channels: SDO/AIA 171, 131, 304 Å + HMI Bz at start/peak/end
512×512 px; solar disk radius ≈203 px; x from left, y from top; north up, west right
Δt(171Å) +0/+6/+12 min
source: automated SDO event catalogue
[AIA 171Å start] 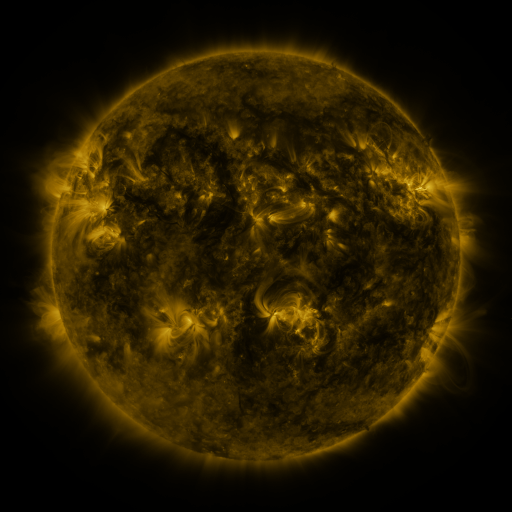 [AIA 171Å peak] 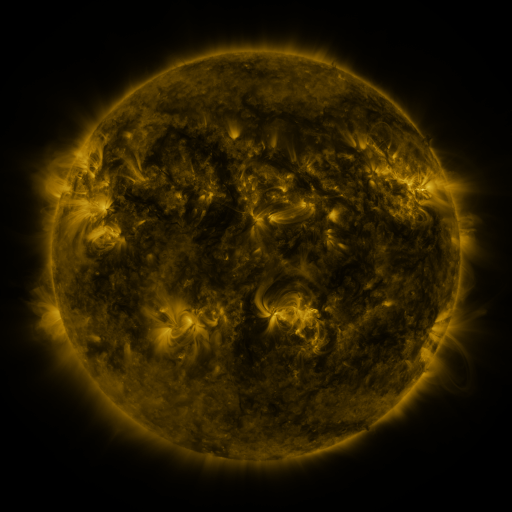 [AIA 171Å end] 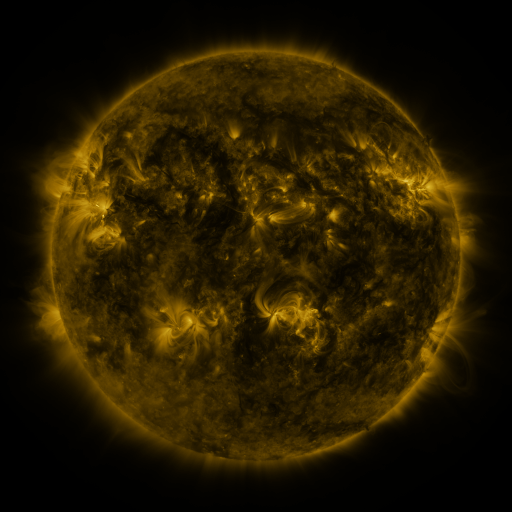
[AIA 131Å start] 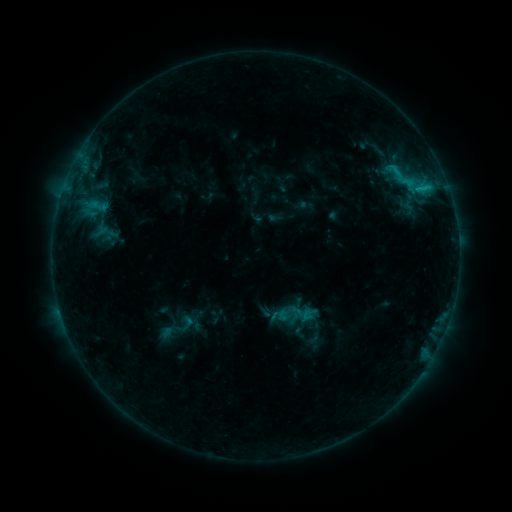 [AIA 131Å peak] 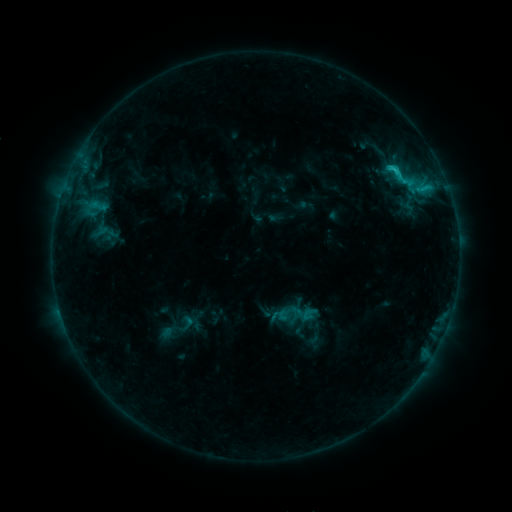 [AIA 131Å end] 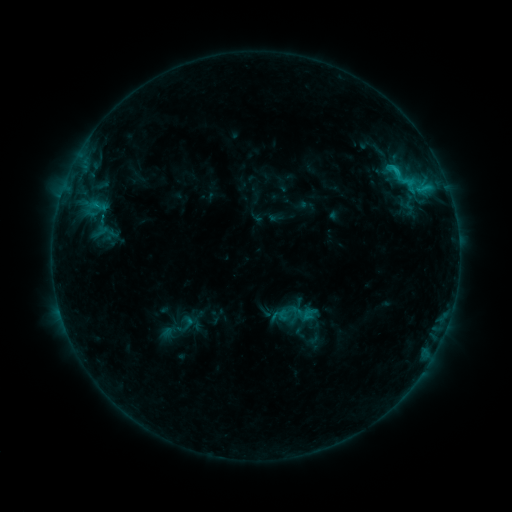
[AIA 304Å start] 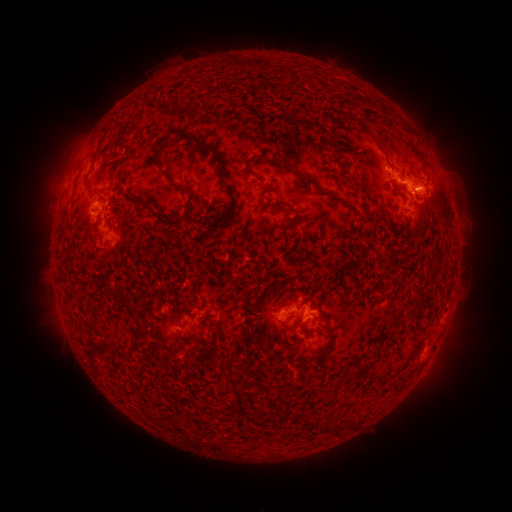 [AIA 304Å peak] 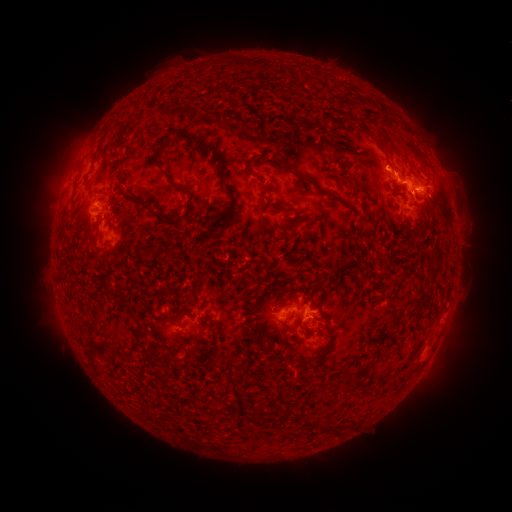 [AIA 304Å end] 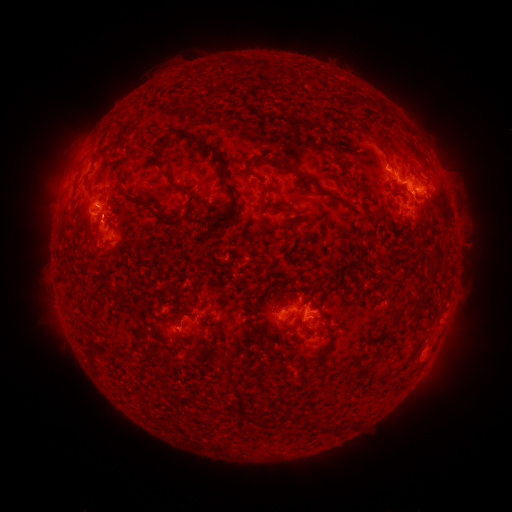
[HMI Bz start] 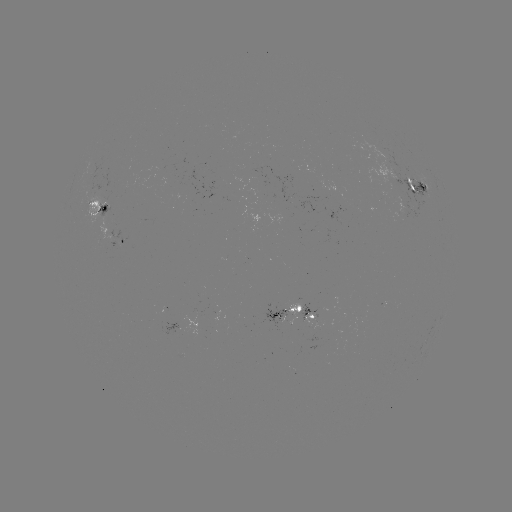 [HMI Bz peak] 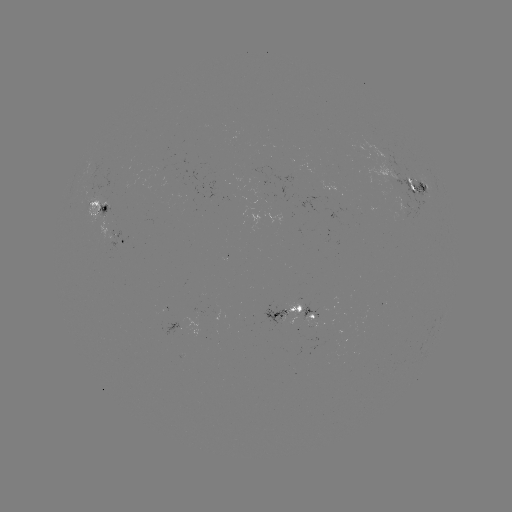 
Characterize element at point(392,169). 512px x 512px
C2.0 flare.